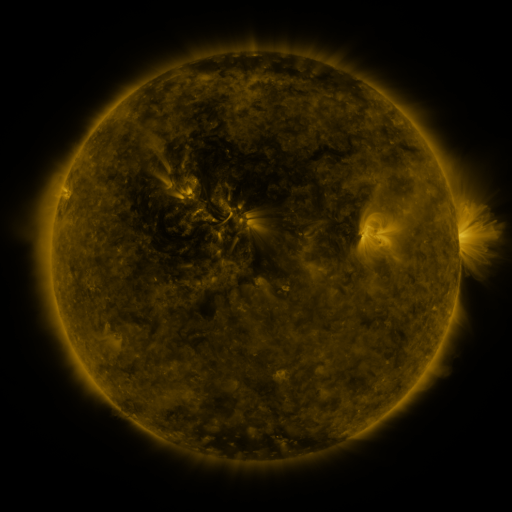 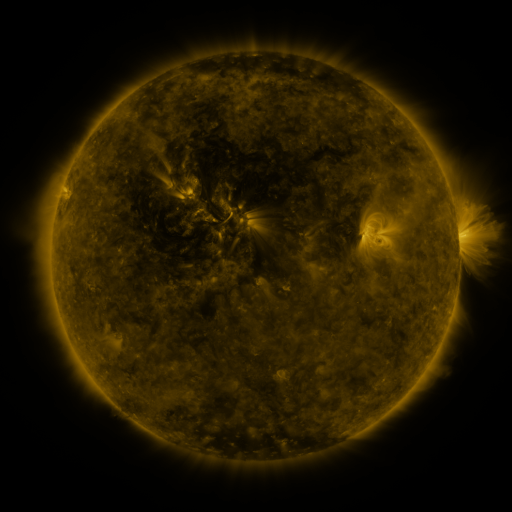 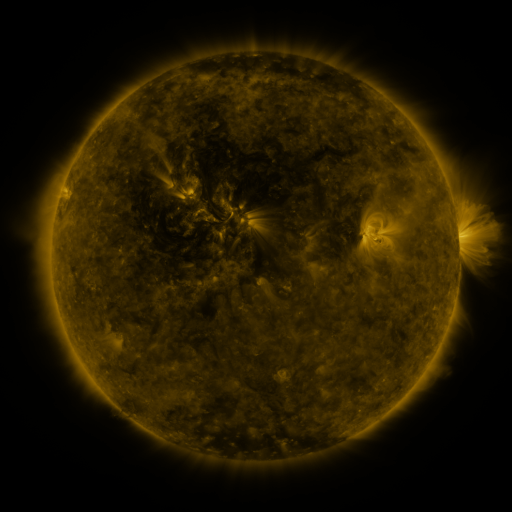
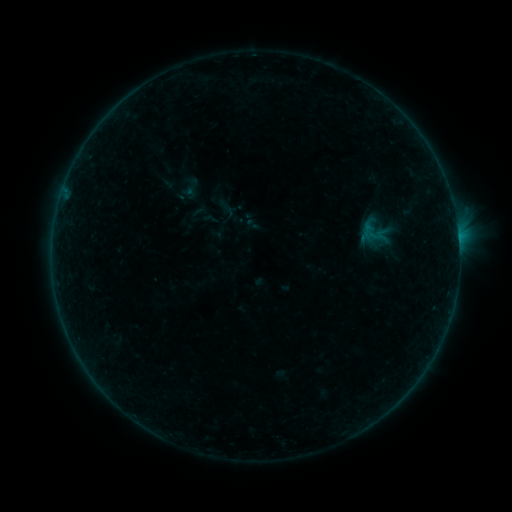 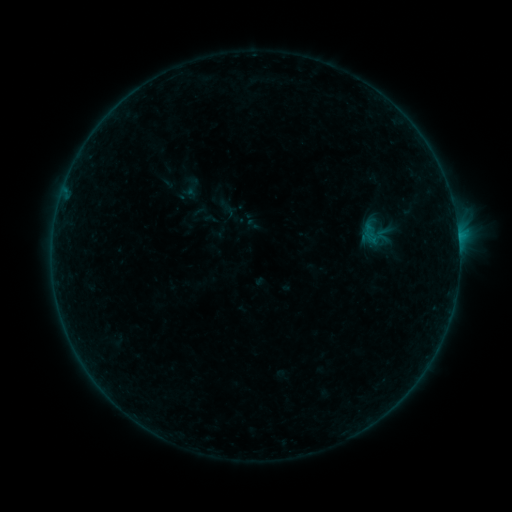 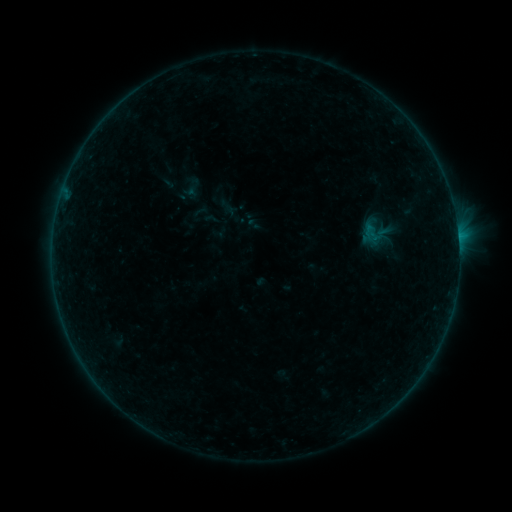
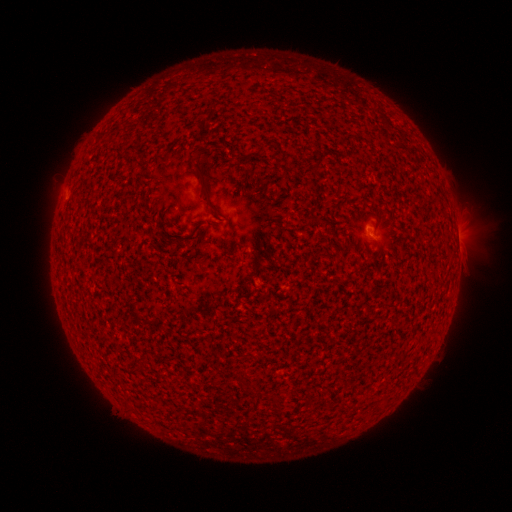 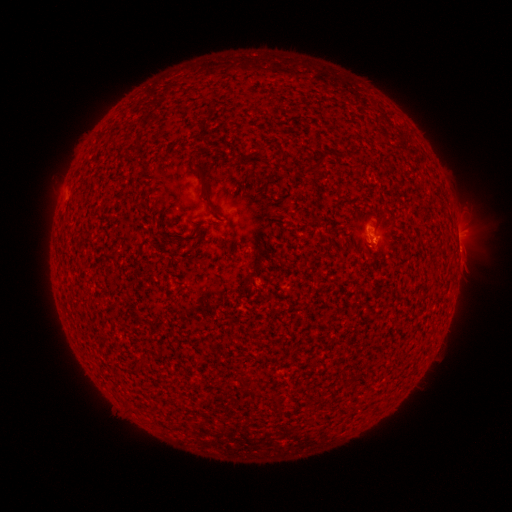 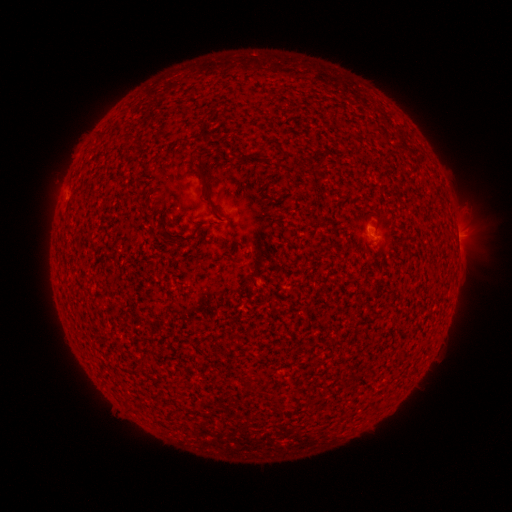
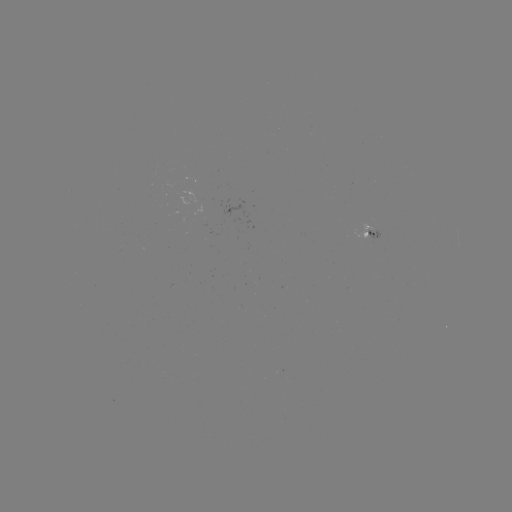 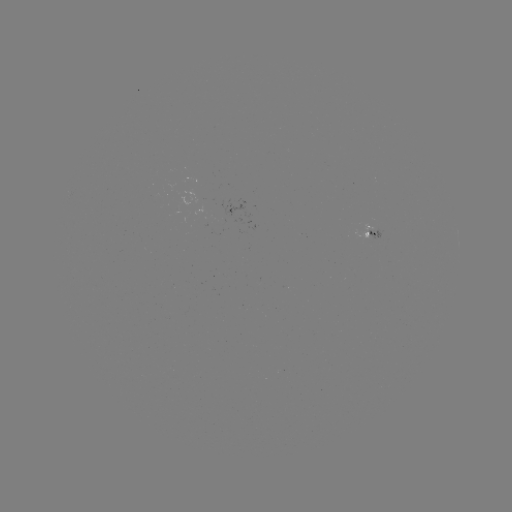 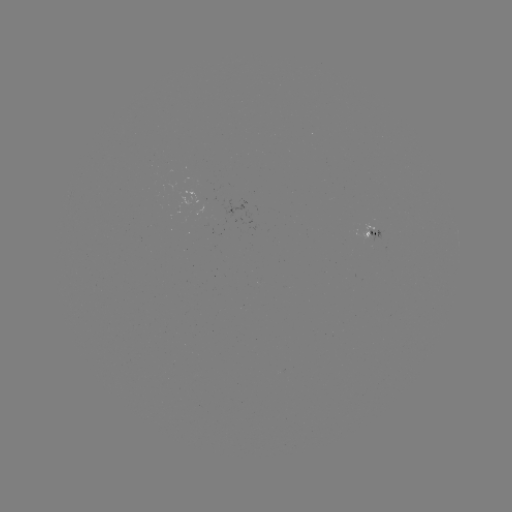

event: flare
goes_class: B2.5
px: (458, 238)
